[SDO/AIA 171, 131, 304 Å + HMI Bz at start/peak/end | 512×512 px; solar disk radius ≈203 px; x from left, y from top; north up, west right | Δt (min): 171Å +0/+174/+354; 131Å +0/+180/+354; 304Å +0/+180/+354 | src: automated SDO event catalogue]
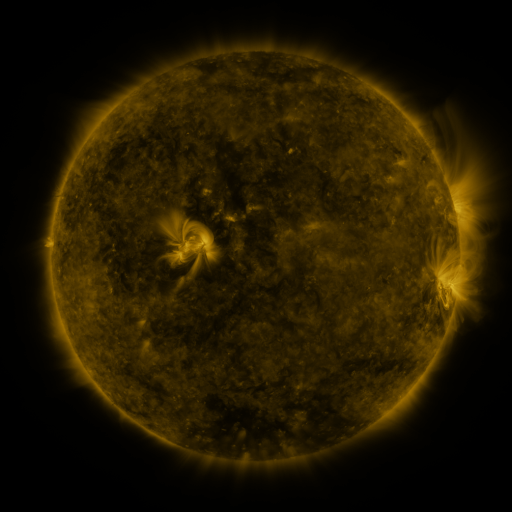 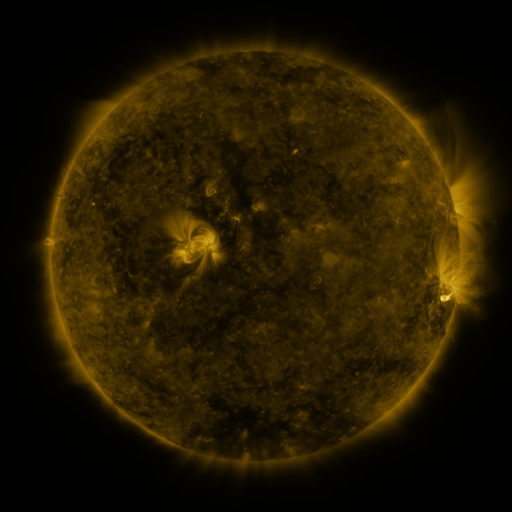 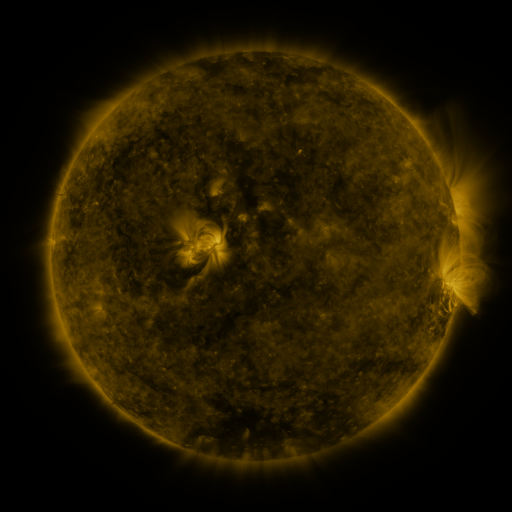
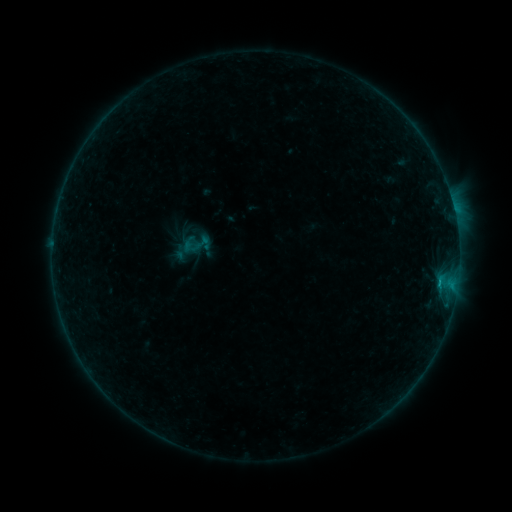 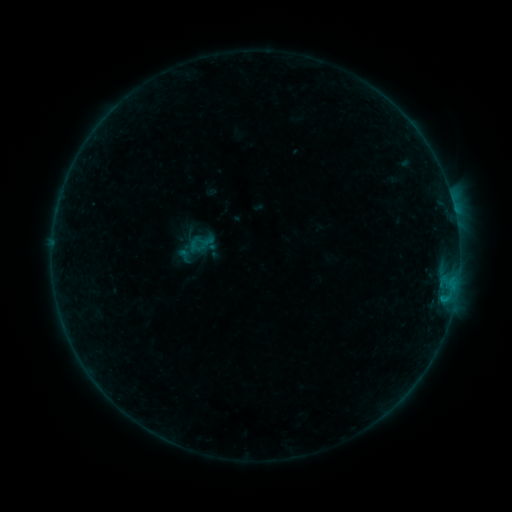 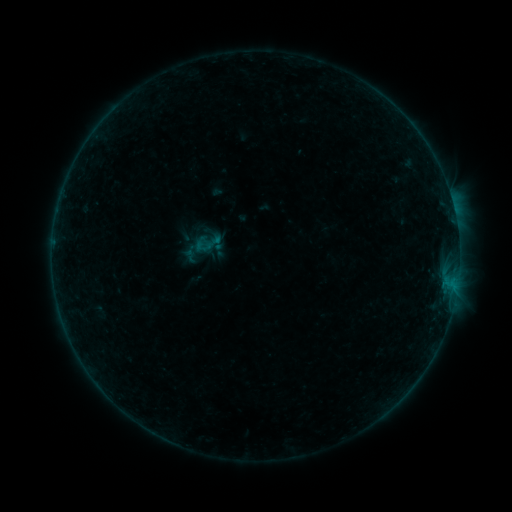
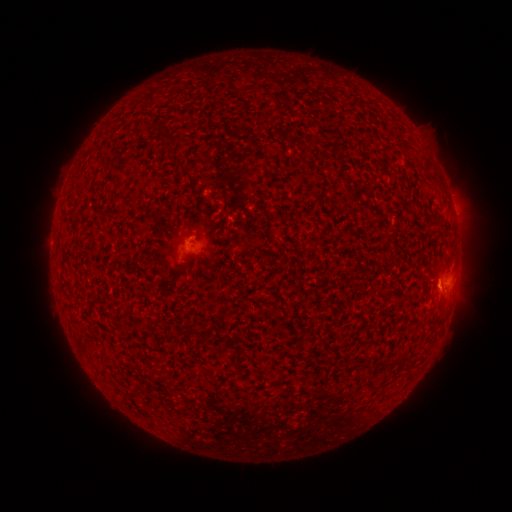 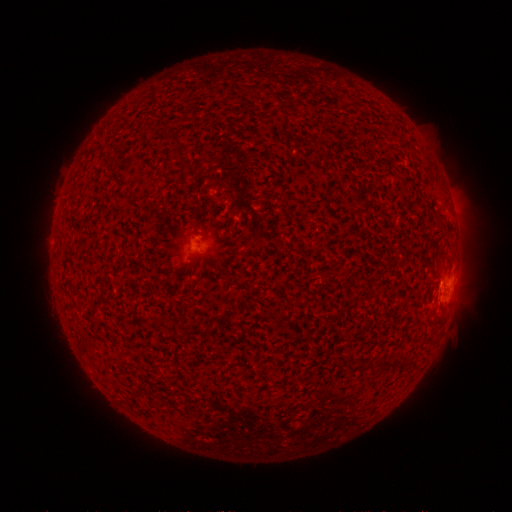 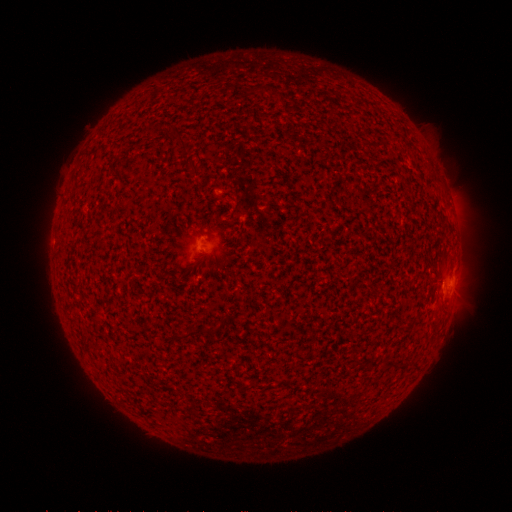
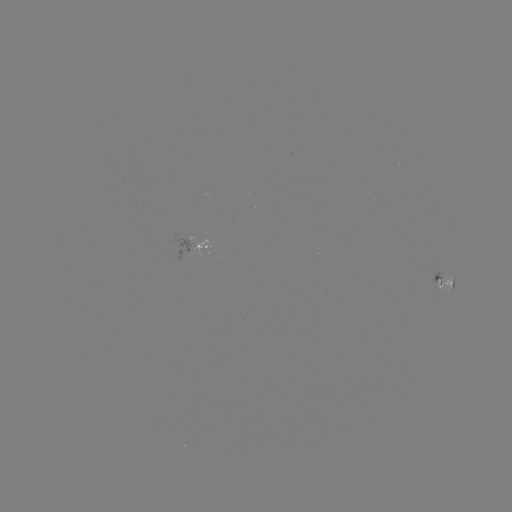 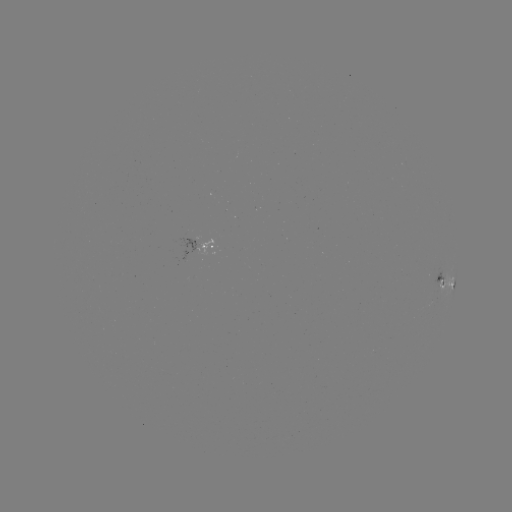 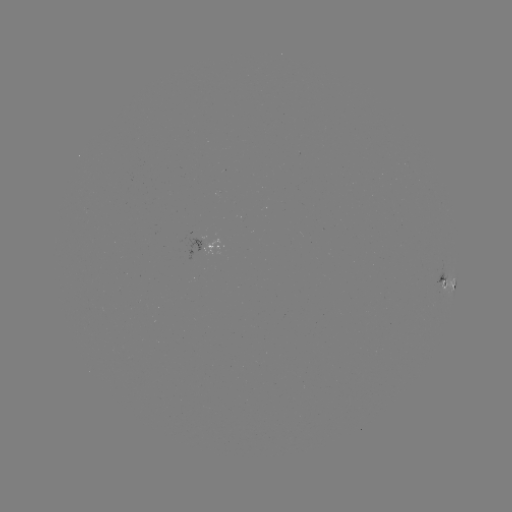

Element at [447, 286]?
filament eruption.